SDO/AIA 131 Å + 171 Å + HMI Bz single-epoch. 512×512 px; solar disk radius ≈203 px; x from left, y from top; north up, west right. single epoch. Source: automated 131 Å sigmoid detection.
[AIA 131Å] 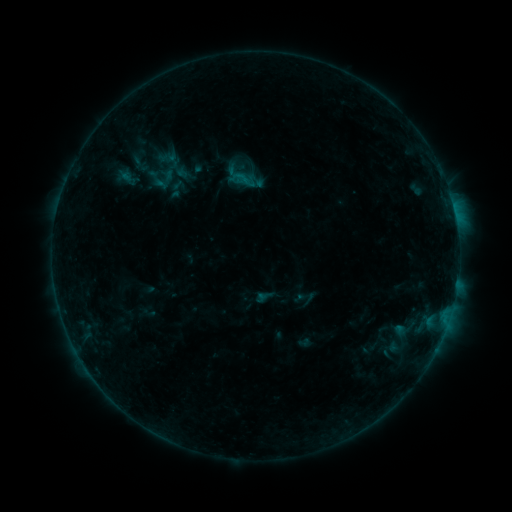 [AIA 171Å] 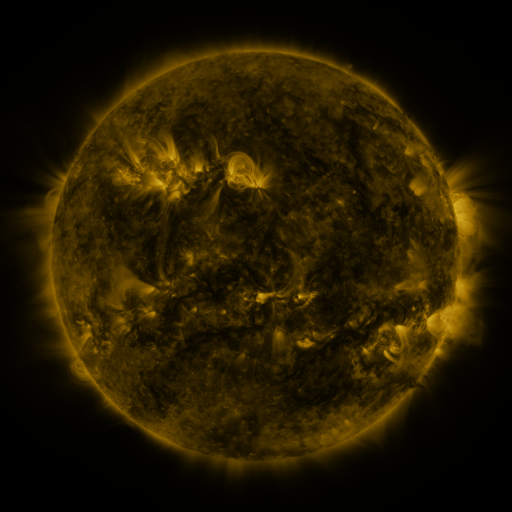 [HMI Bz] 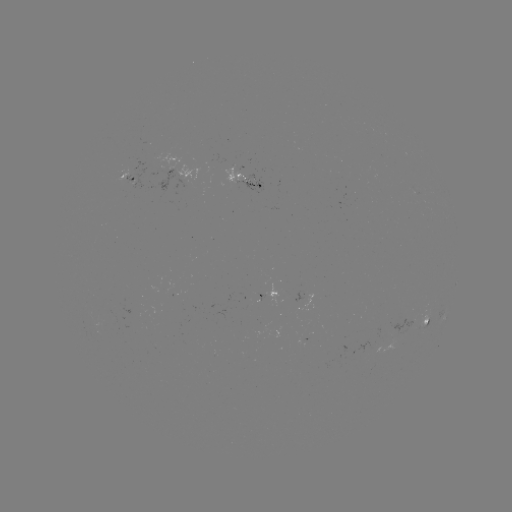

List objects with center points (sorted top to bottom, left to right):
sigmoid: (156, 178)
